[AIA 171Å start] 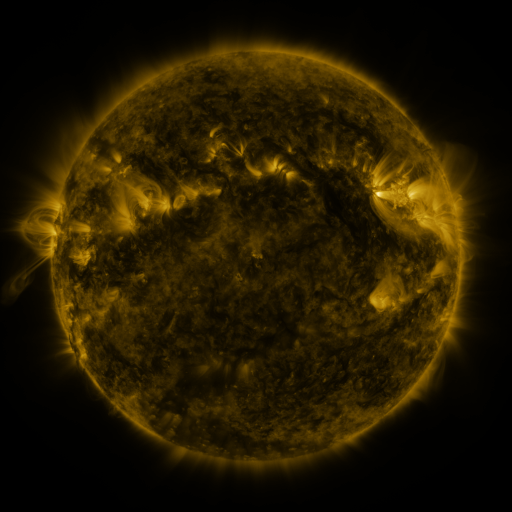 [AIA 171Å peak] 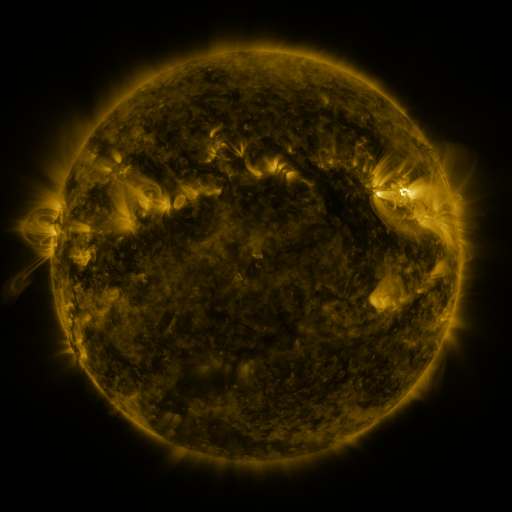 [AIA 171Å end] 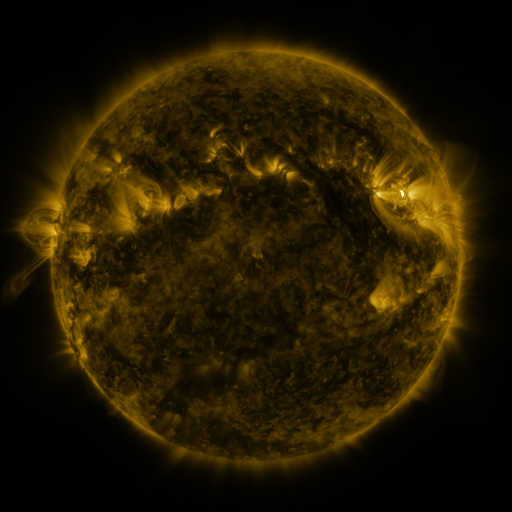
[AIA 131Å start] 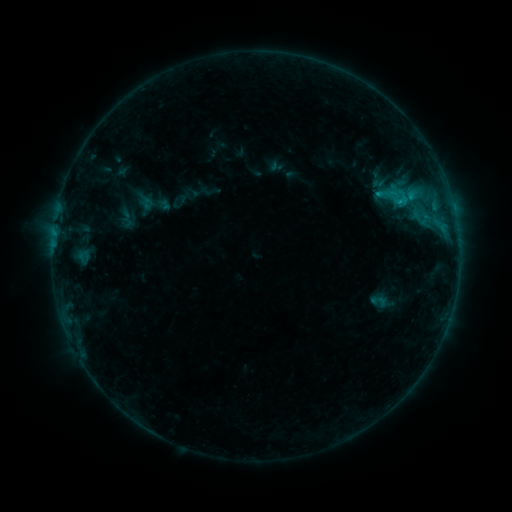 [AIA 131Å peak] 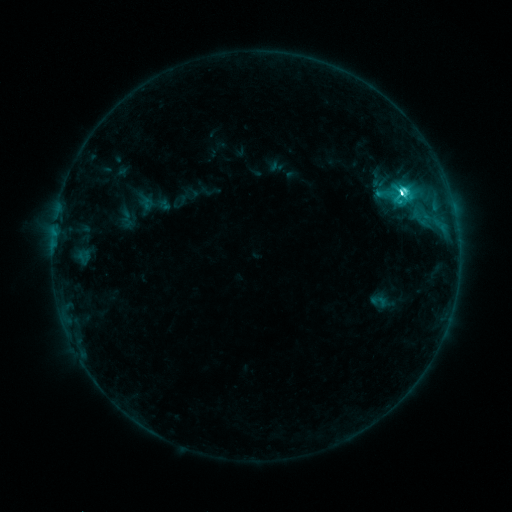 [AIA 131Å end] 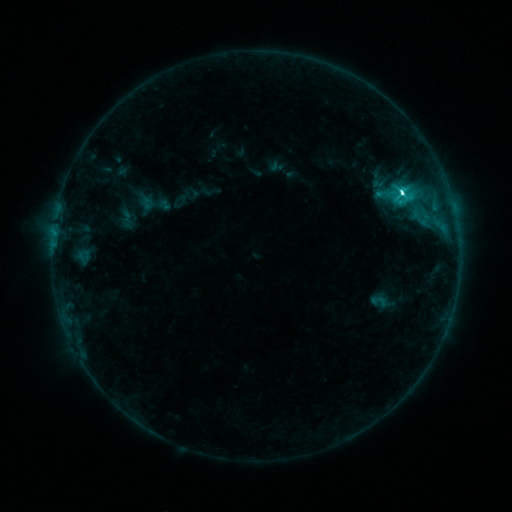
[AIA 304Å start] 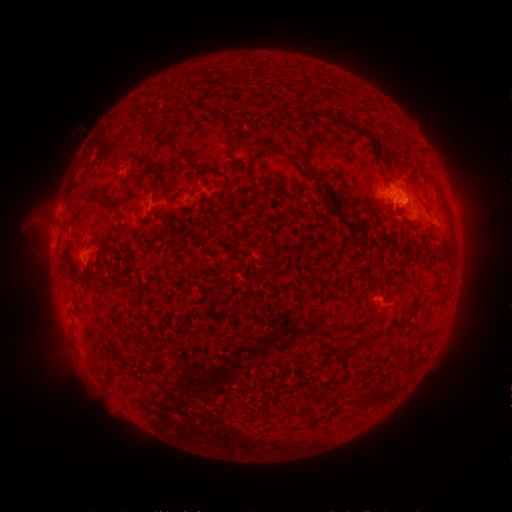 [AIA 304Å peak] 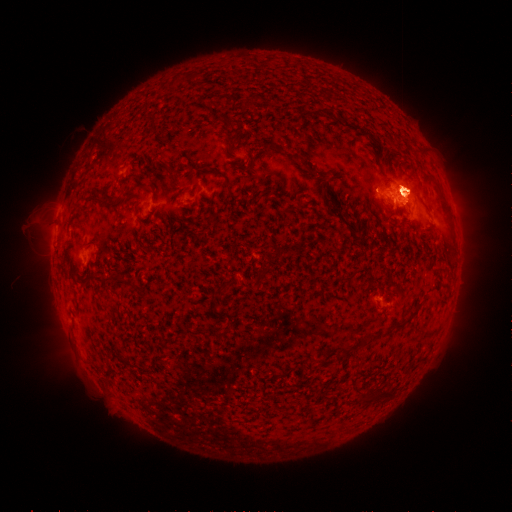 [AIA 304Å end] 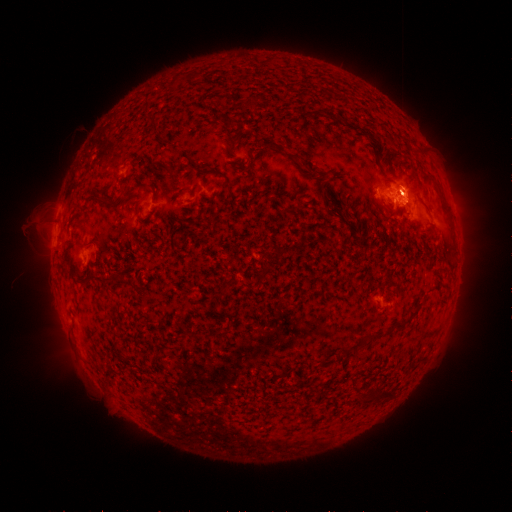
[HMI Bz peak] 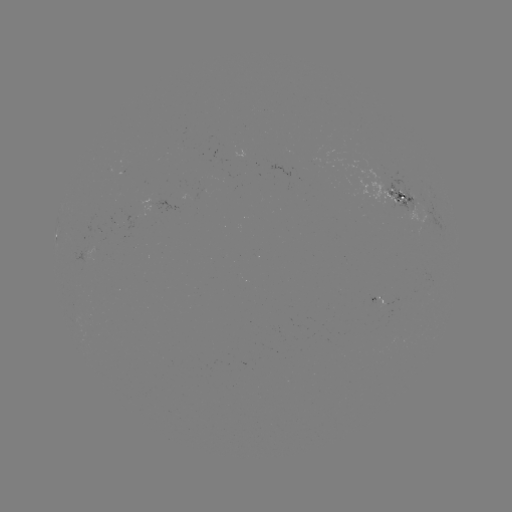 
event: flare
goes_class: M1.0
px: (401, 194)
